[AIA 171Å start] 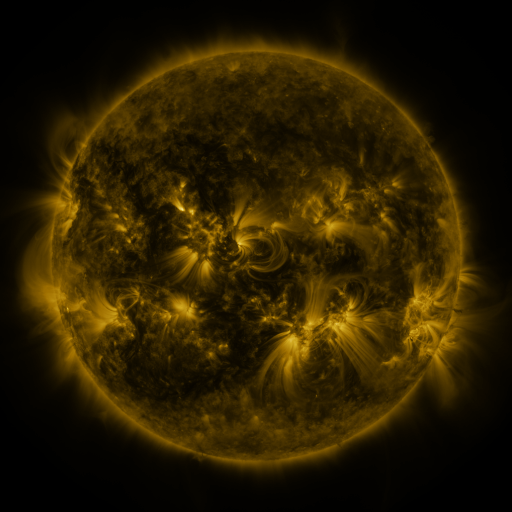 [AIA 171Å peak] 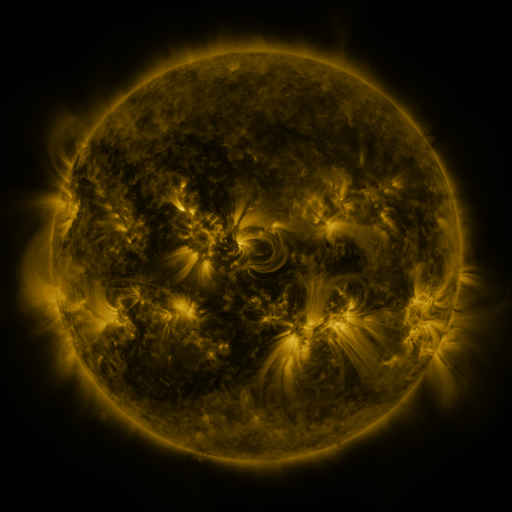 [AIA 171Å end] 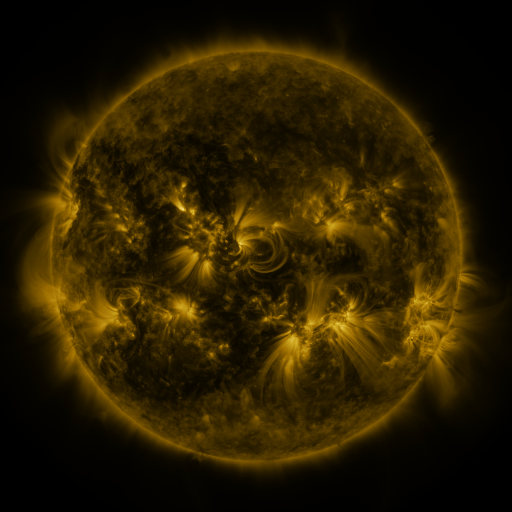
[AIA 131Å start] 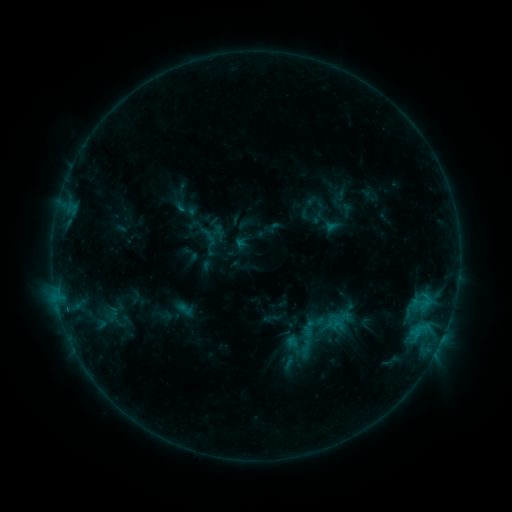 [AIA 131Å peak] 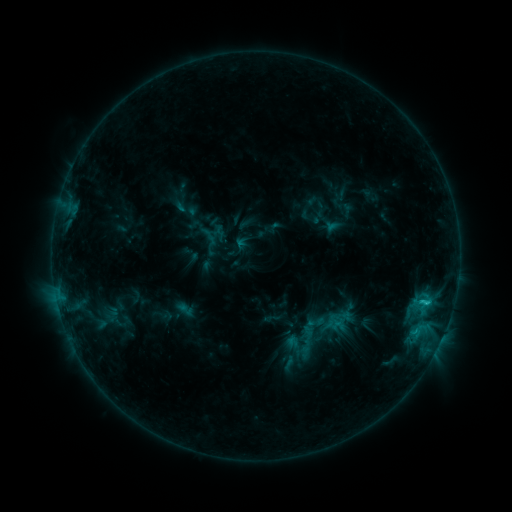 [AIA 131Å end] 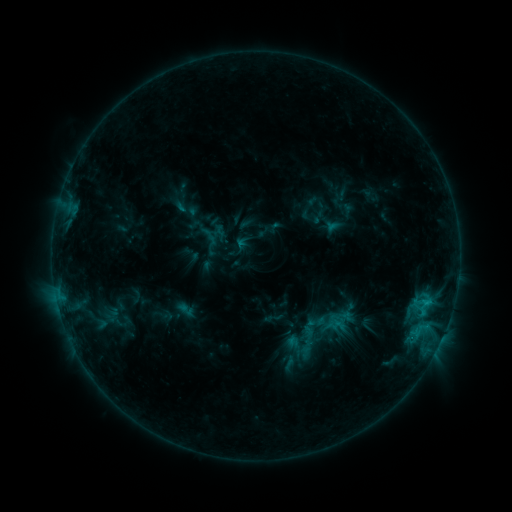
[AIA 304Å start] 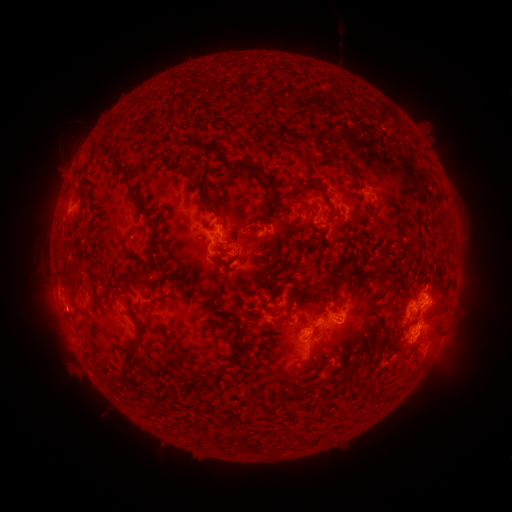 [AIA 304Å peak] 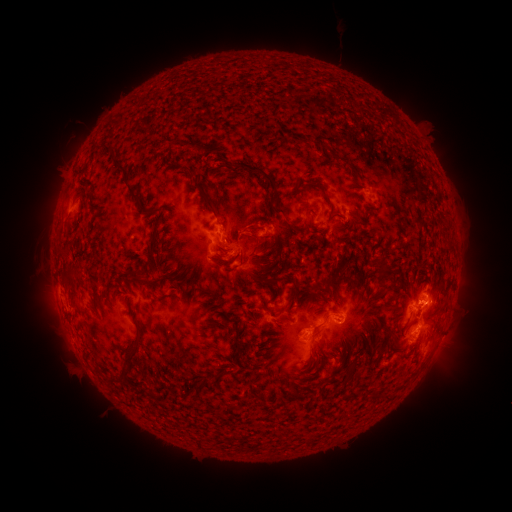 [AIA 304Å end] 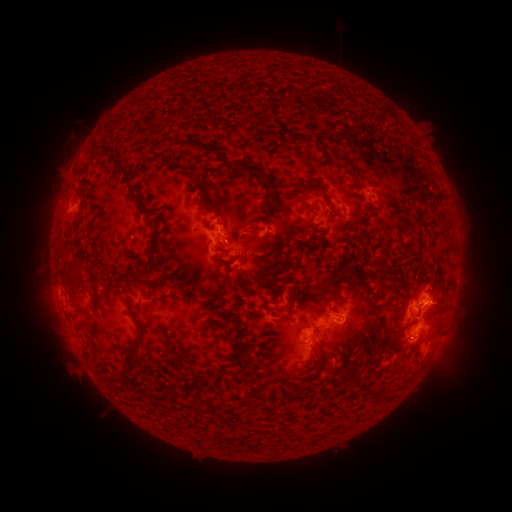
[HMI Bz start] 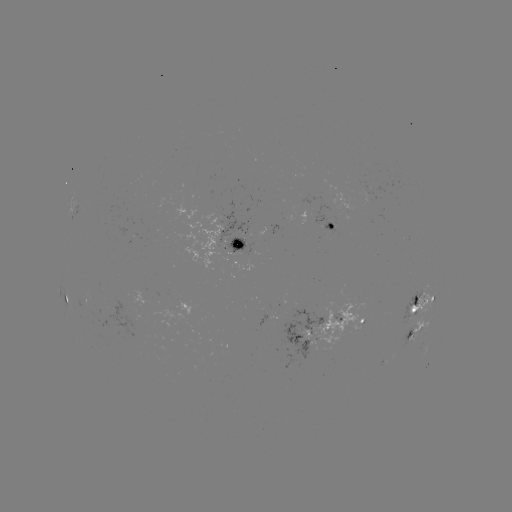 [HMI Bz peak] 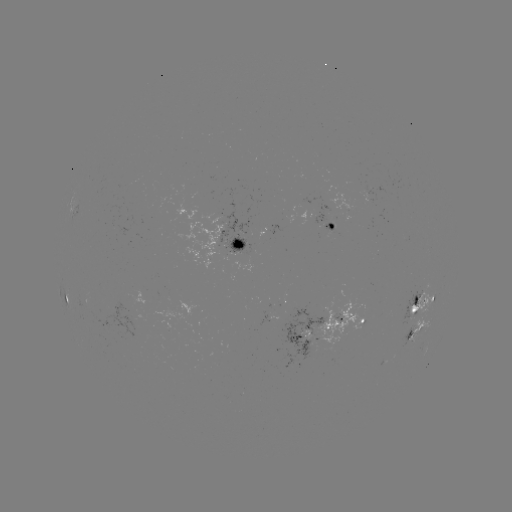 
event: flare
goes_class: C1.4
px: (426, 302)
